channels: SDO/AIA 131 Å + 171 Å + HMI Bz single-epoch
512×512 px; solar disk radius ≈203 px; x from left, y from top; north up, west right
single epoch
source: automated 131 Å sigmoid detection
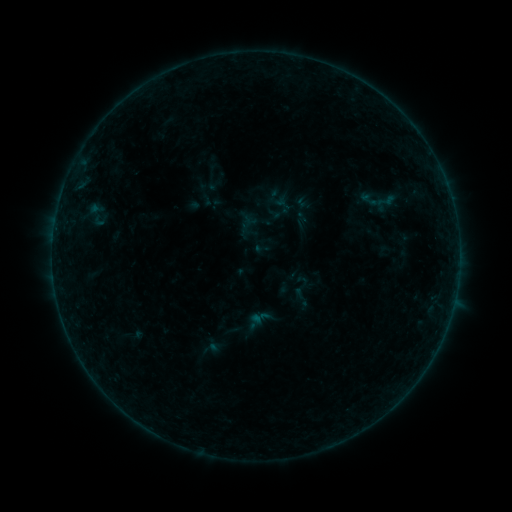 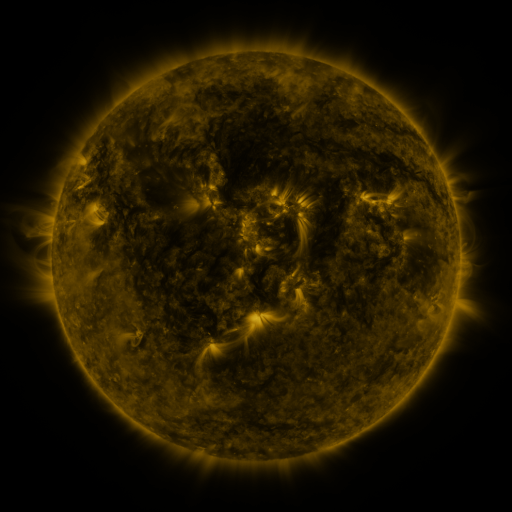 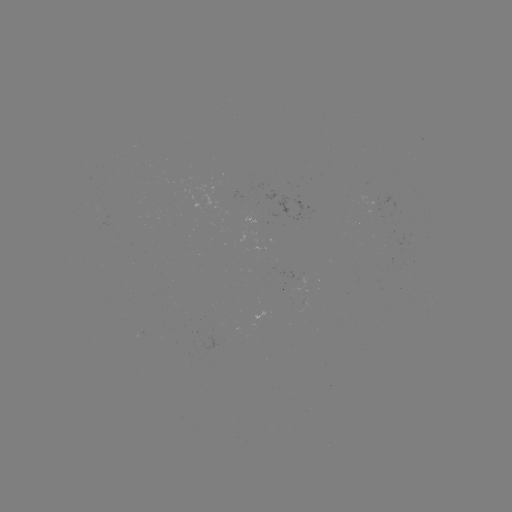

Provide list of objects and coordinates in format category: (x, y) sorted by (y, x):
sigmoid: (262, 249)
sigmoid: (302, 291)
